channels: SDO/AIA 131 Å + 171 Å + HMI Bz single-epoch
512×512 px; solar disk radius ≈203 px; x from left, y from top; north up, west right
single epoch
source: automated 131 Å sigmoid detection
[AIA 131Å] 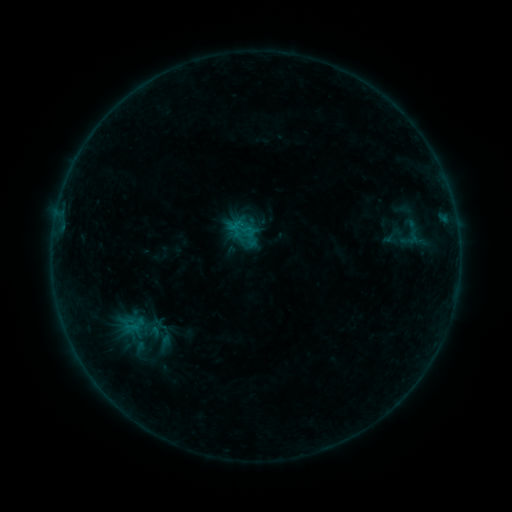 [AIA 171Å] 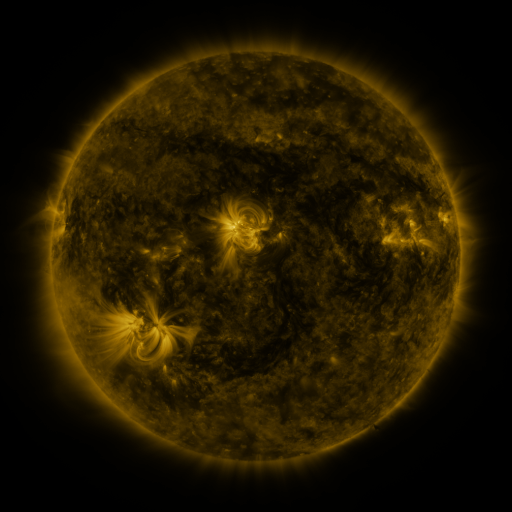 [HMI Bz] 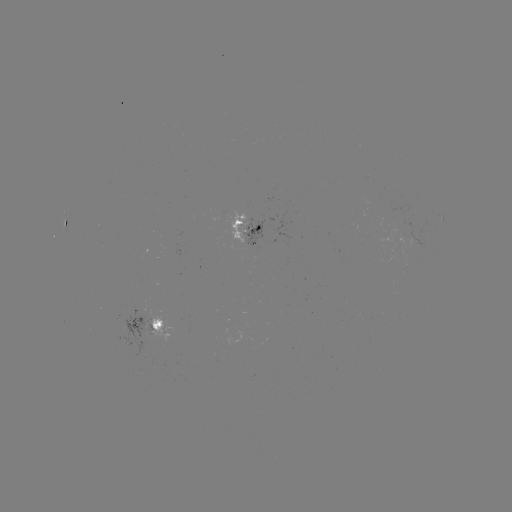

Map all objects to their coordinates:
sigmoid: (393, 236)
